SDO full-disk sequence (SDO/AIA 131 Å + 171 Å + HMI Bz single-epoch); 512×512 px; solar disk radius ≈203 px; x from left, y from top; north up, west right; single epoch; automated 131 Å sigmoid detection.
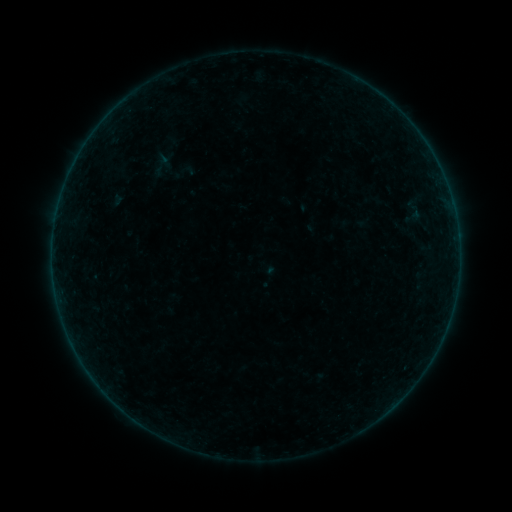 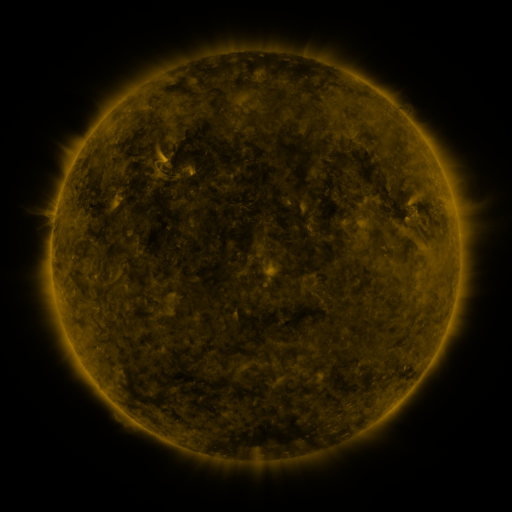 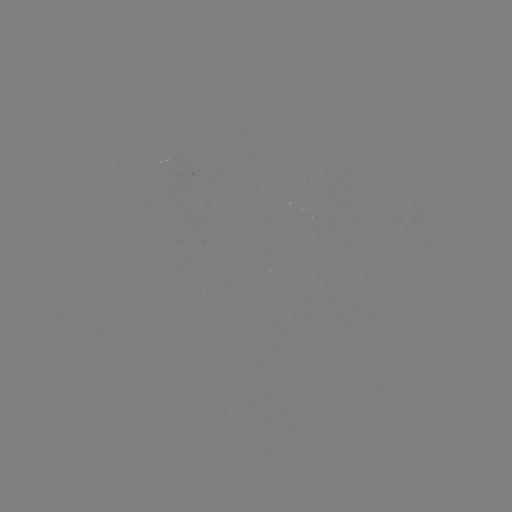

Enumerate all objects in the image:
sigmoid: (188, 169)
